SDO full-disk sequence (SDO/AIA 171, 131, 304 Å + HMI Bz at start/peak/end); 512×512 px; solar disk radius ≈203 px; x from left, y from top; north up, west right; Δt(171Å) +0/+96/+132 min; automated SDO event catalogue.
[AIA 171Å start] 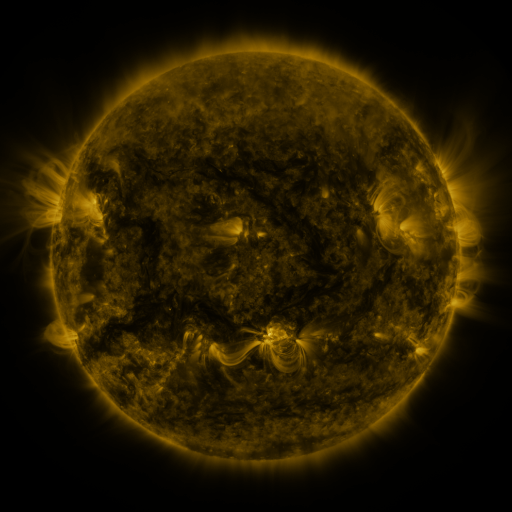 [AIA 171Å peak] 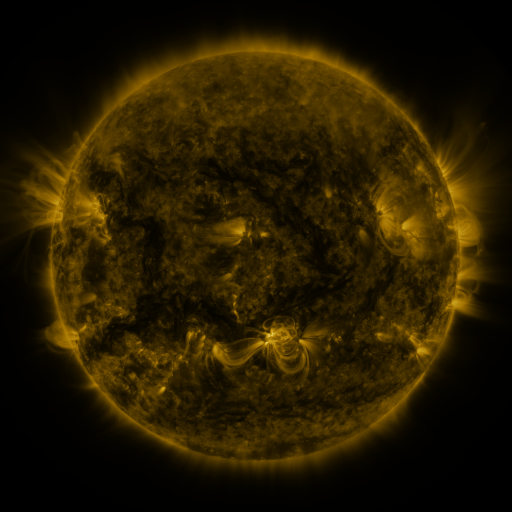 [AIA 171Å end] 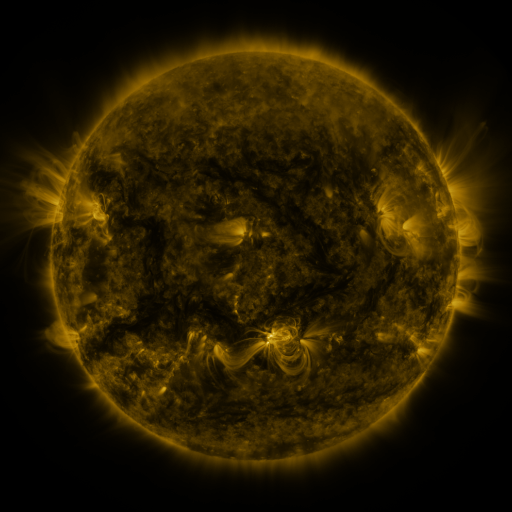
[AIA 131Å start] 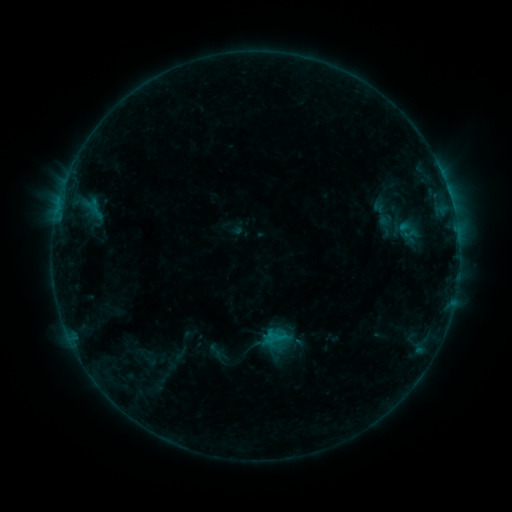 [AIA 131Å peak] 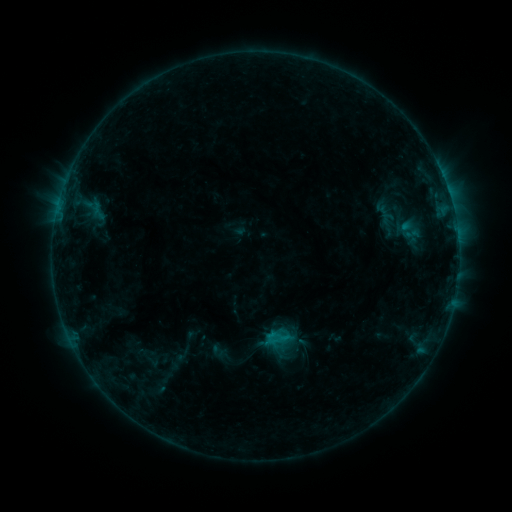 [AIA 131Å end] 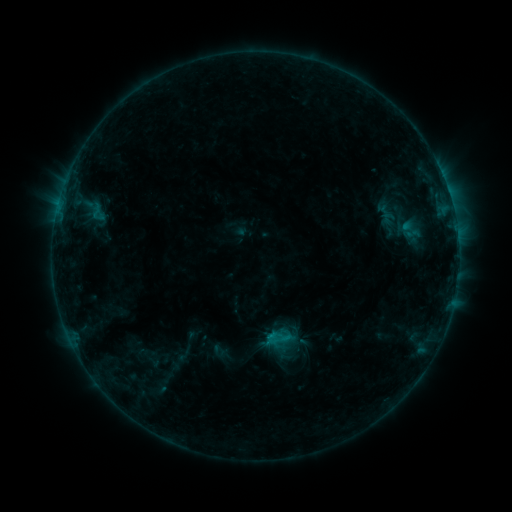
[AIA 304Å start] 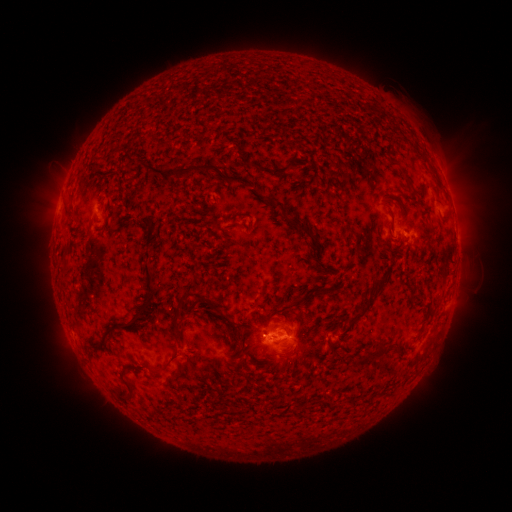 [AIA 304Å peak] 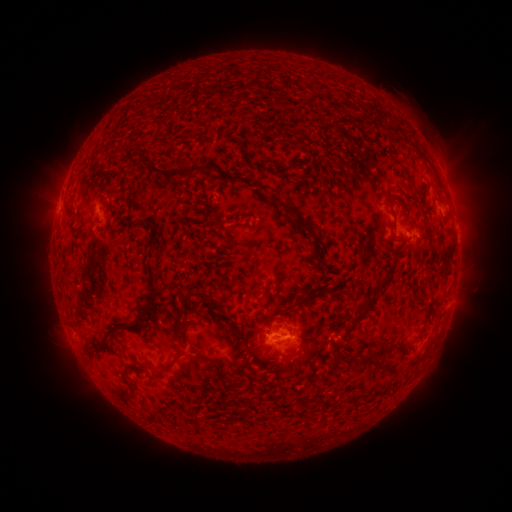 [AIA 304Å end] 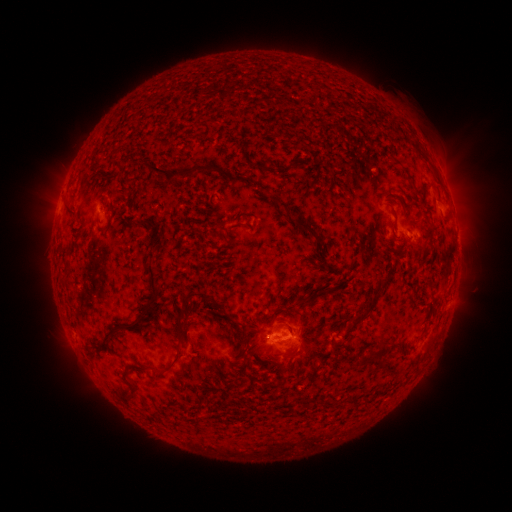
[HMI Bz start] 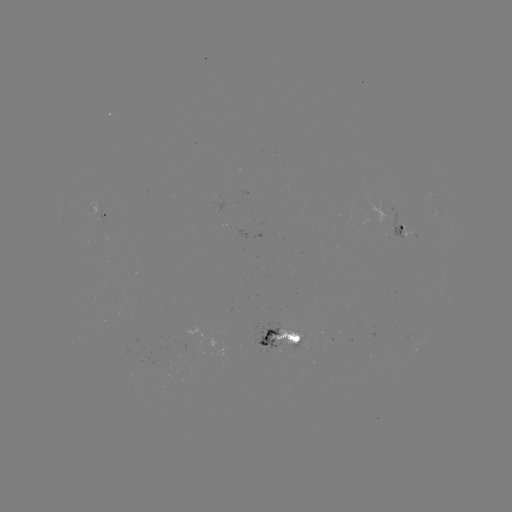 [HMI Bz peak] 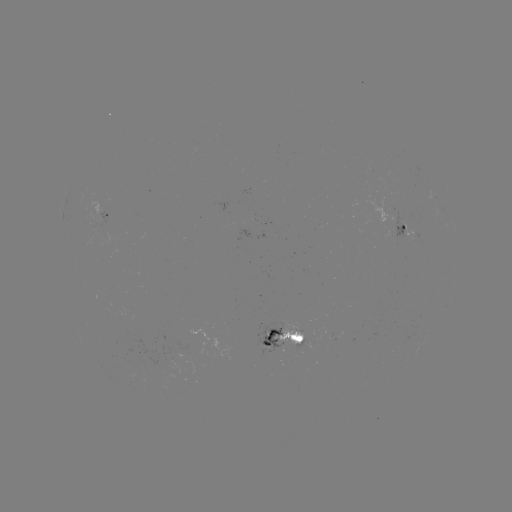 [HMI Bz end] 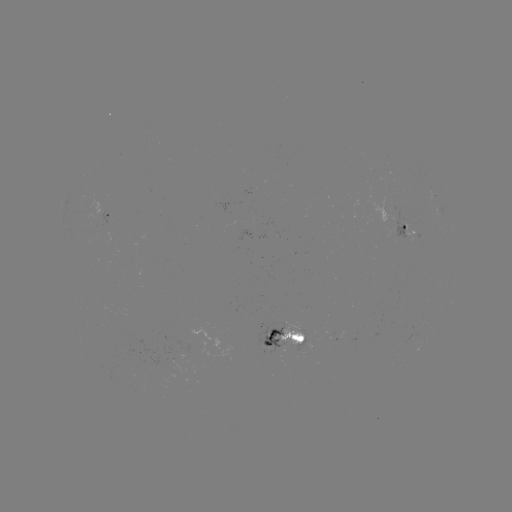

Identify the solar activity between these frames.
emerging-flux region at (414, 232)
